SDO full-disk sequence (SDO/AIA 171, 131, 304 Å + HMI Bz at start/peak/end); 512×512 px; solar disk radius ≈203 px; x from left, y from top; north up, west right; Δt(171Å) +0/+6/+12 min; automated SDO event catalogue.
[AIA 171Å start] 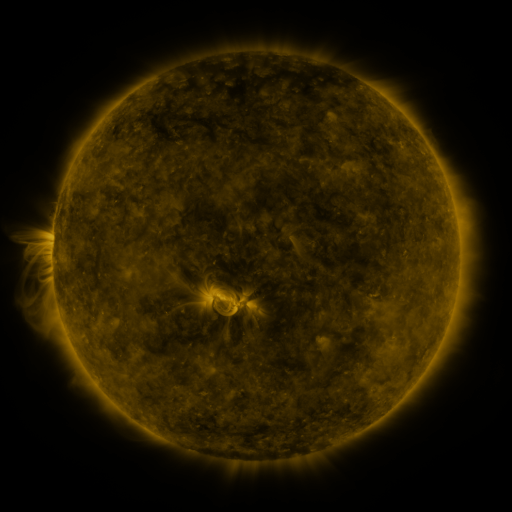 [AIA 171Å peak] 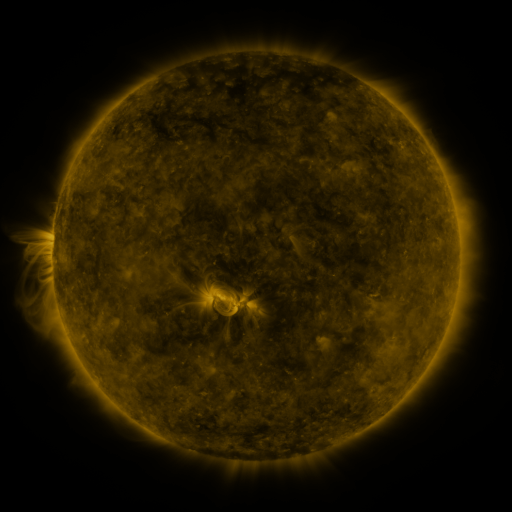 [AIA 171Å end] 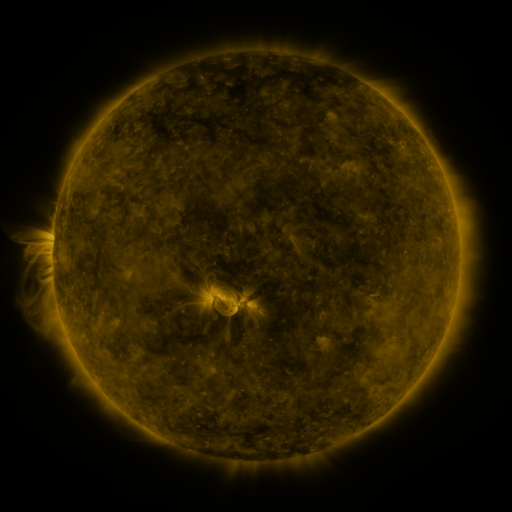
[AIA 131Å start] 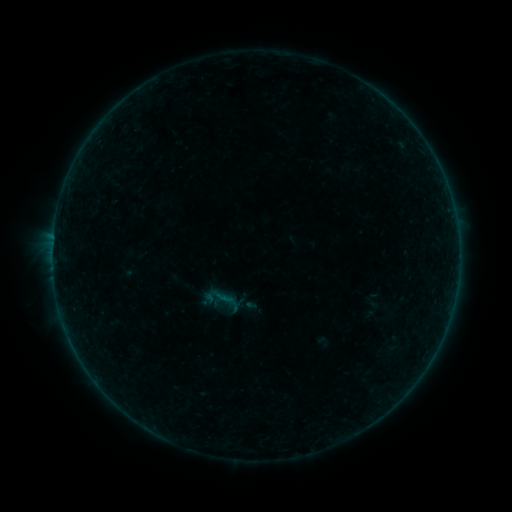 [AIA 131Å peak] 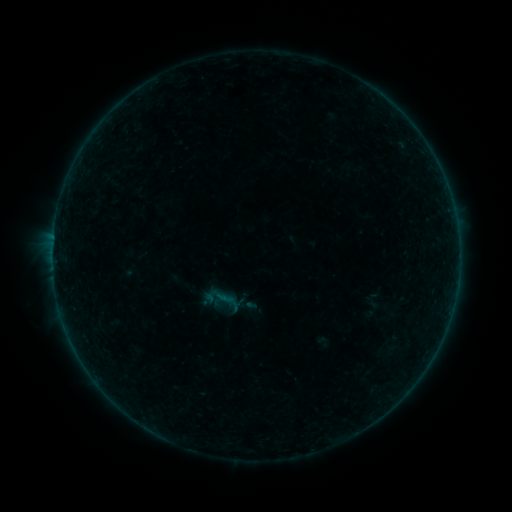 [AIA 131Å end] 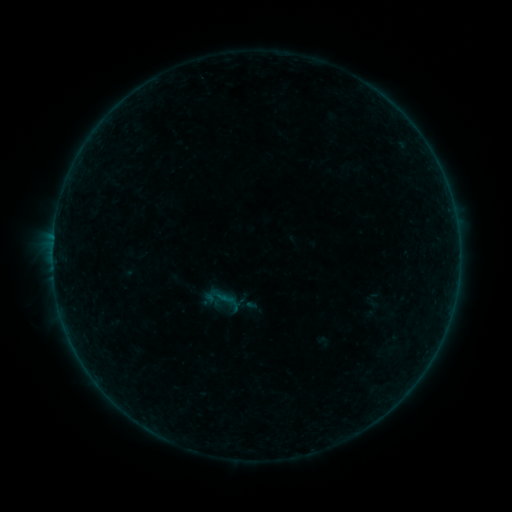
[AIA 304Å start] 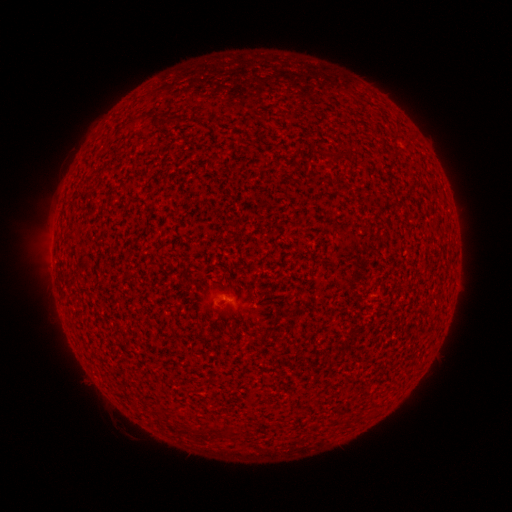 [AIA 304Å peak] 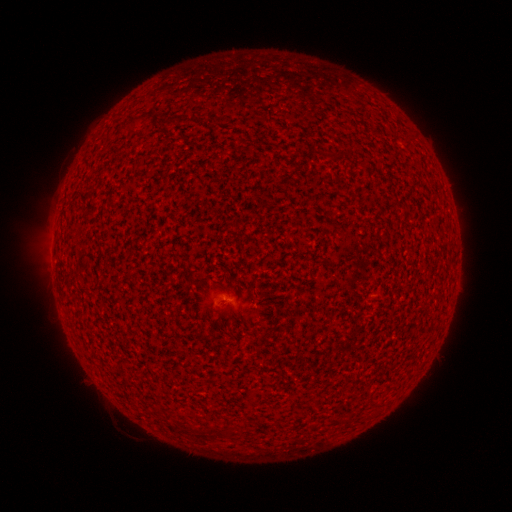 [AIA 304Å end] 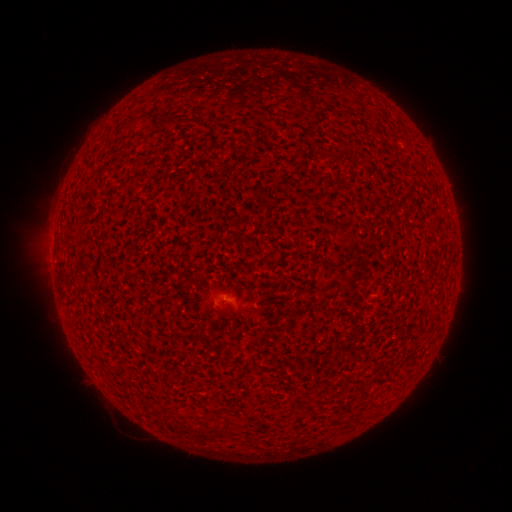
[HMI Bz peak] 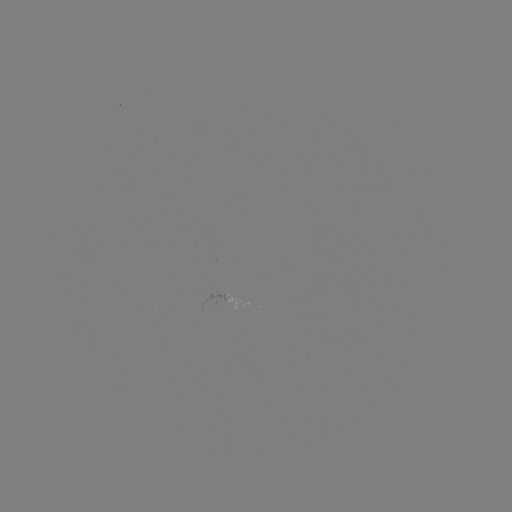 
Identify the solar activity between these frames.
A1.0 flare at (52, 256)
